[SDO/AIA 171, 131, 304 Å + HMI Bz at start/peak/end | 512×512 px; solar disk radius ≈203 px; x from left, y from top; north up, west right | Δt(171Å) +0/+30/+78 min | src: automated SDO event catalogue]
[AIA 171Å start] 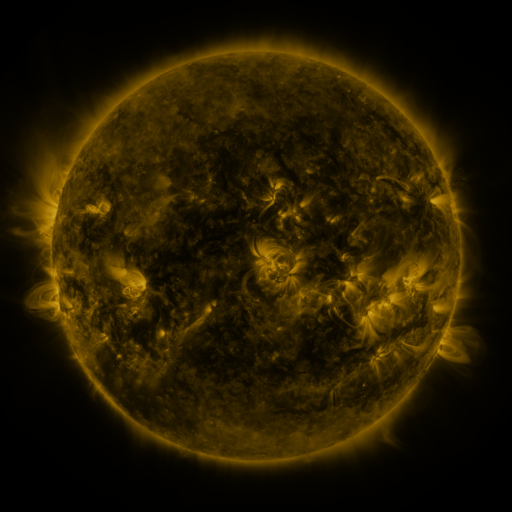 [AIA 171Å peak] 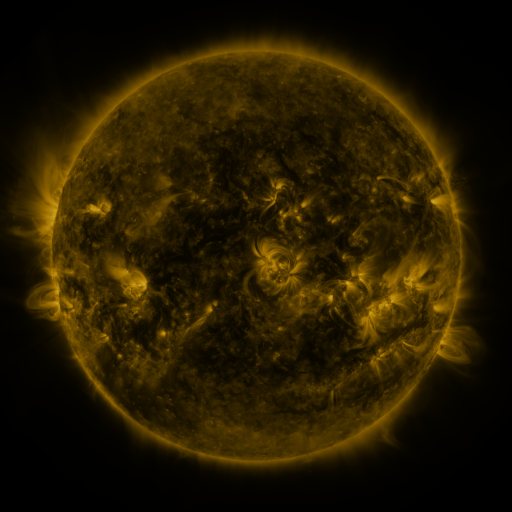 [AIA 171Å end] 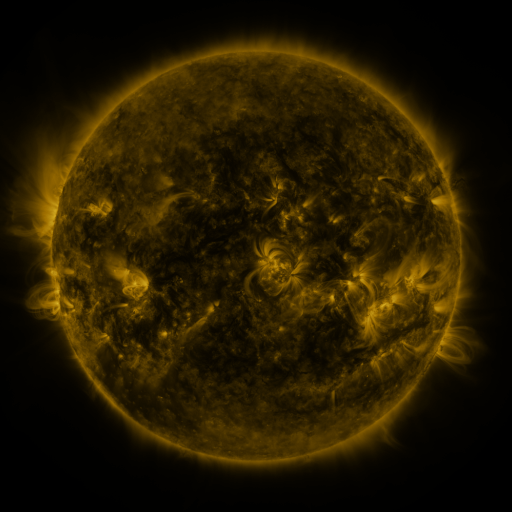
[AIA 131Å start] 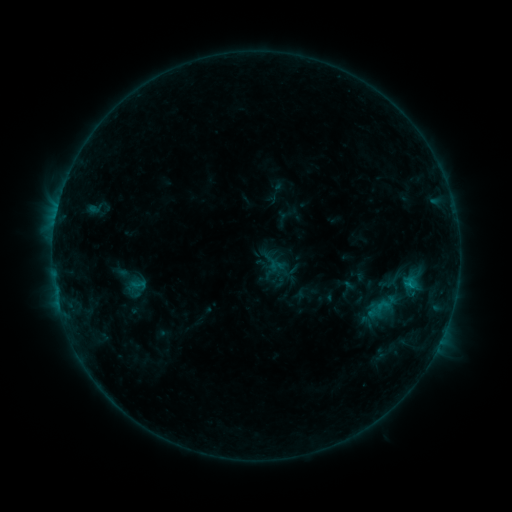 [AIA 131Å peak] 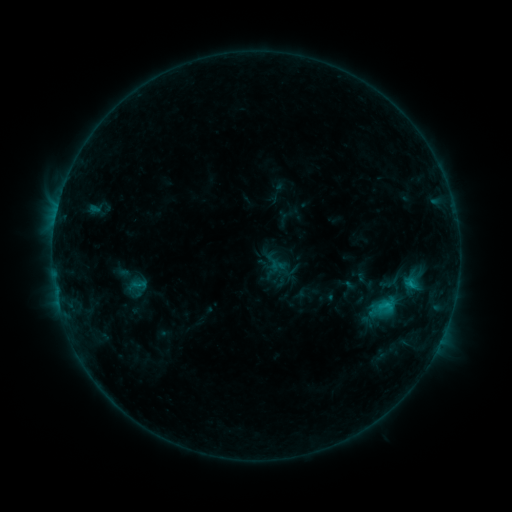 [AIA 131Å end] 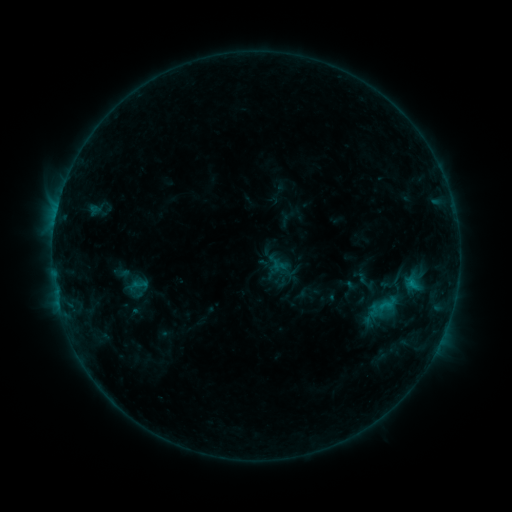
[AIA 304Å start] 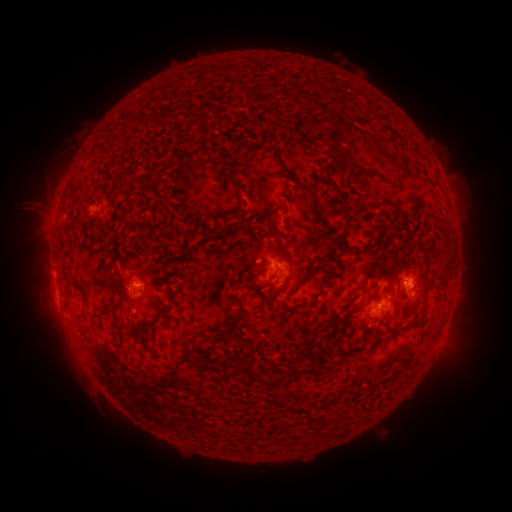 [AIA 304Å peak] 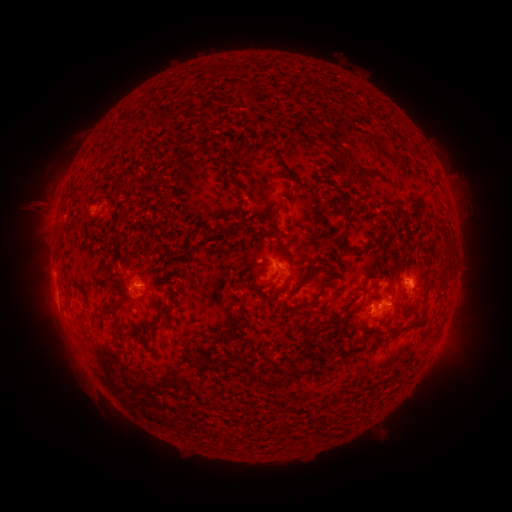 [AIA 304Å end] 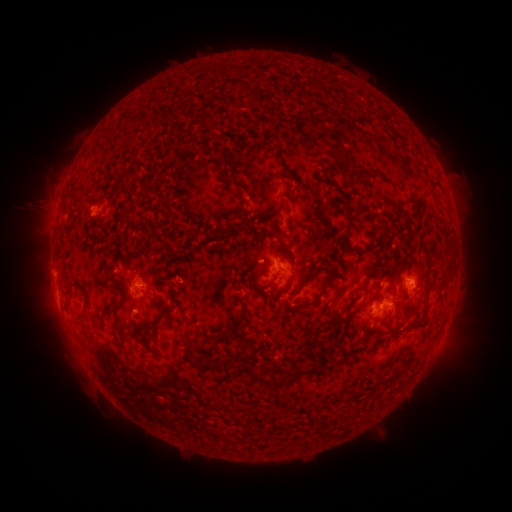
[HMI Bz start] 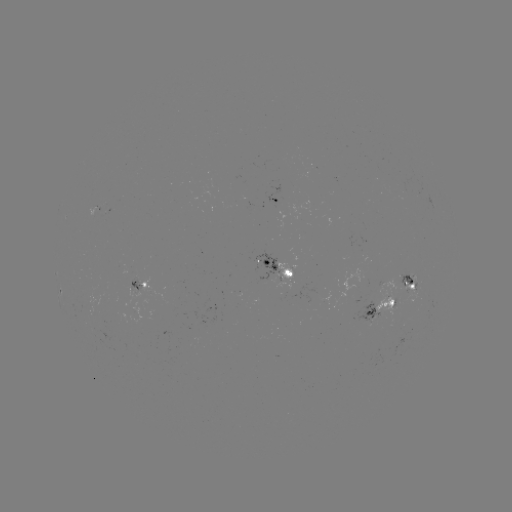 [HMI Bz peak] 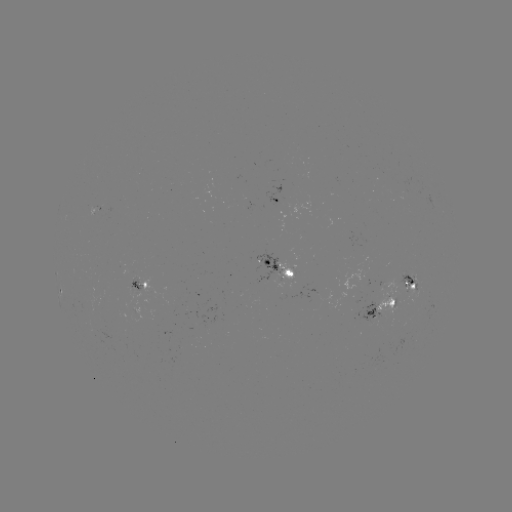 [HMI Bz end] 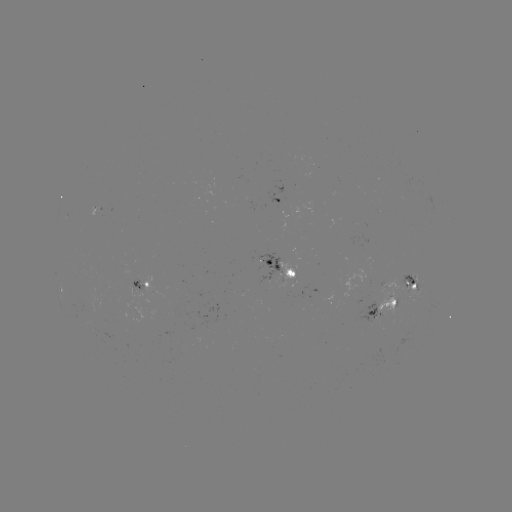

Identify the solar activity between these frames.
C1.1 flare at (387, 302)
